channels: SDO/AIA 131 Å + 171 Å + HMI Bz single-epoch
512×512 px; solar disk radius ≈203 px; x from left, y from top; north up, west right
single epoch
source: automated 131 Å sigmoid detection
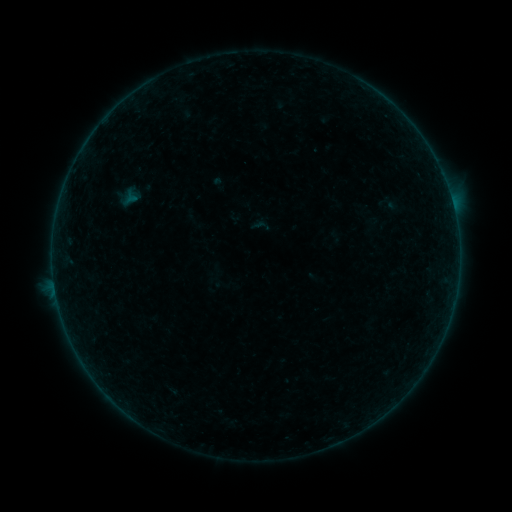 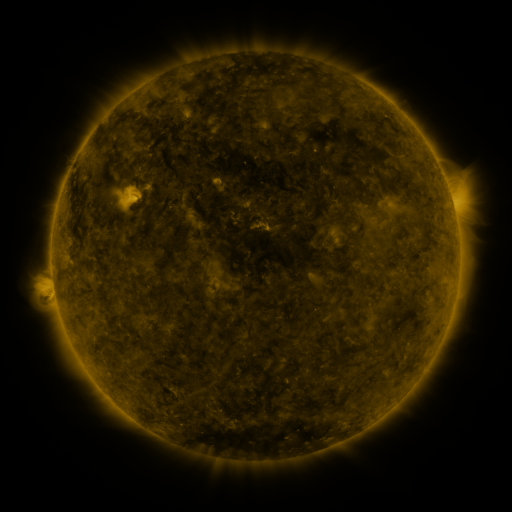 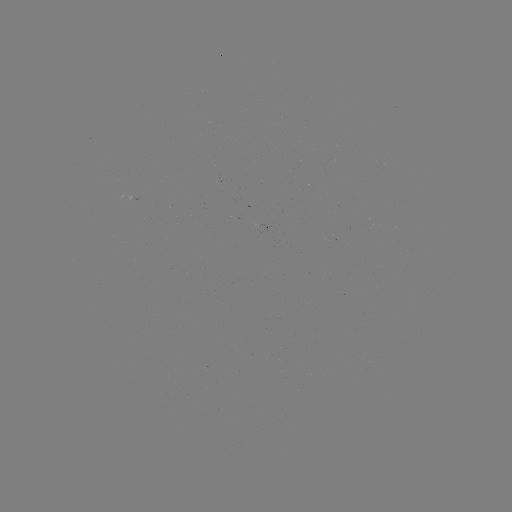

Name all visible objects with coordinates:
sigmoid: <bbox>251, 216, 271, 235</bbox>
